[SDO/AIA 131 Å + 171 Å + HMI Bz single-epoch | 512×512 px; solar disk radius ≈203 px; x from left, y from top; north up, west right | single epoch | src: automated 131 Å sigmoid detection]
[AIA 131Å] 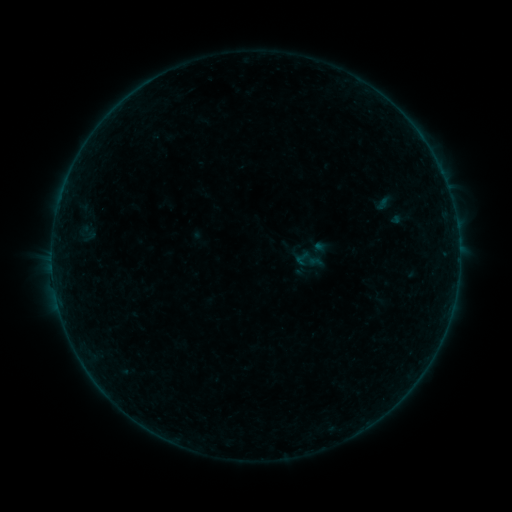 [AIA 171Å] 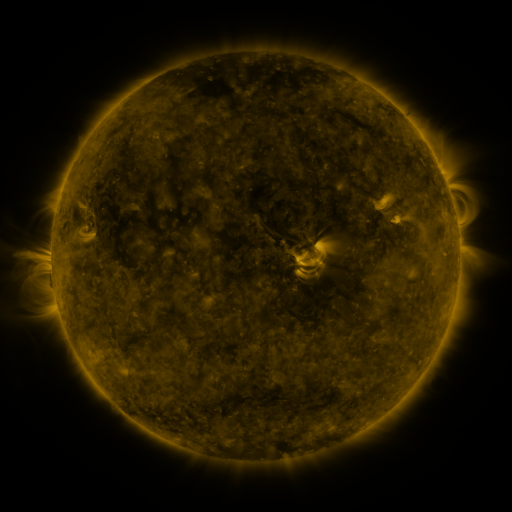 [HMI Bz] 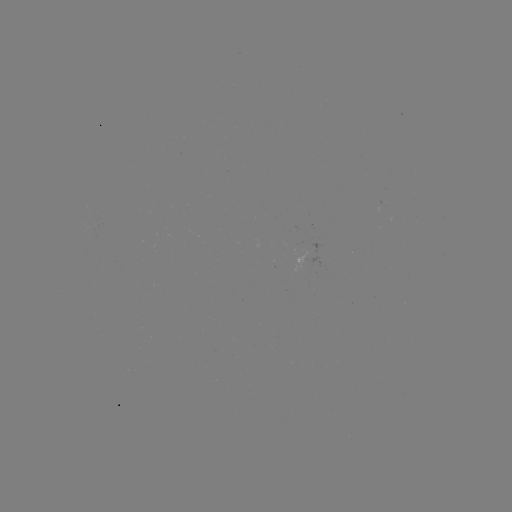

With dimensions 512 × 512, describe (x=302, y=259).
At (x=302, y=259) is sigmoid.